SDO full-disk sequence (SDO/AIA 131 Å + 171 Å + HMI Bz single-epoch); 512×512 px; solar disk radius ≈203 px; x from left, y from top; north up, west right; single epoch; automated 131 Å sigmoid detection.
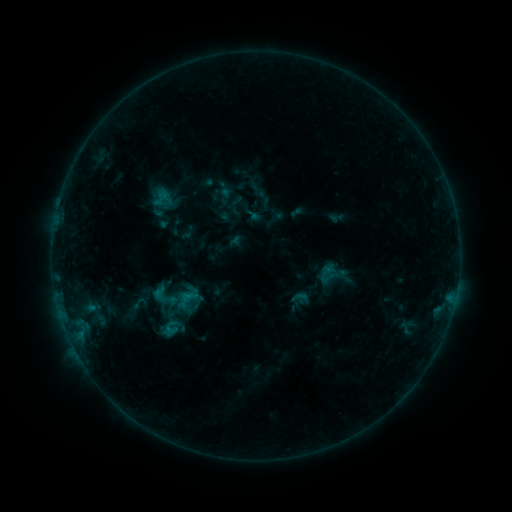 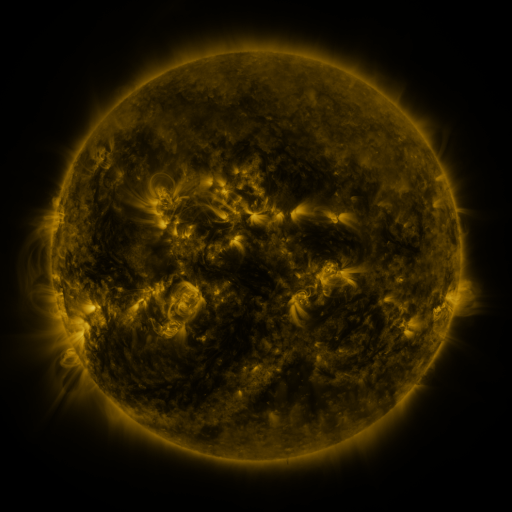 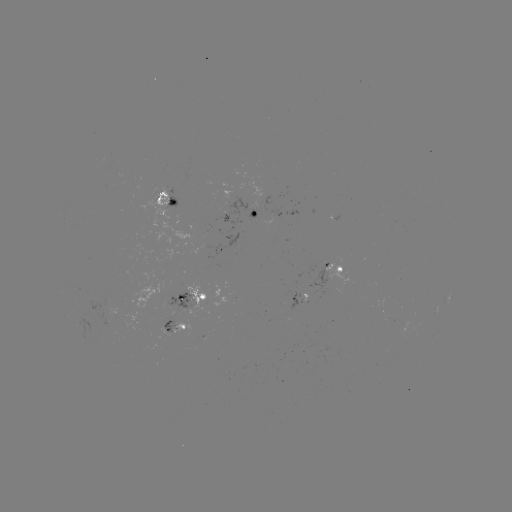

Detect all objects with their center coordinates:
sigmoid: (164, 298)
sigmoid: (139, 303)
